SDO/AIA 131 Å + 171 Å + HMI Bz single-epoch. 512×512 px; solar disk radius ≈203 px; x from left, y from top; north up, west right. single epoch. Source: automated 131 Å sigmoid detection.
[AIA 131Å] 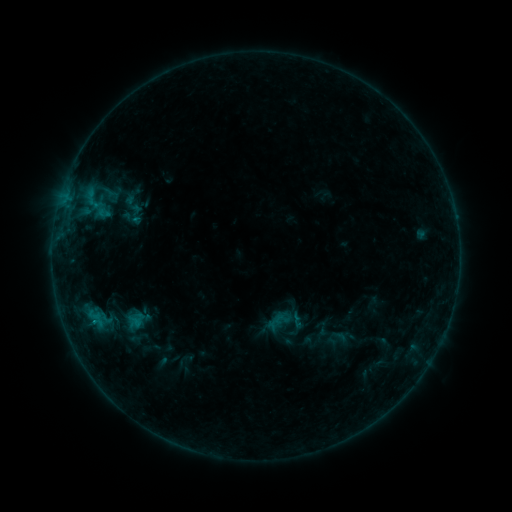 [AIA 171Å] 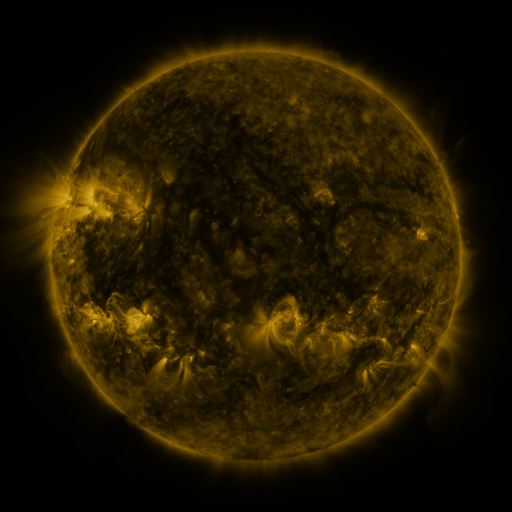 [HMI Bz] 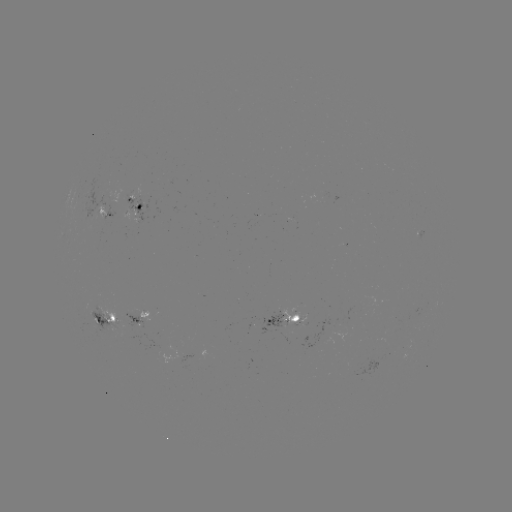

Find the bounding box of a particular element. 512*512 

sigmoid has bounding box [125, 202, 147, 226].